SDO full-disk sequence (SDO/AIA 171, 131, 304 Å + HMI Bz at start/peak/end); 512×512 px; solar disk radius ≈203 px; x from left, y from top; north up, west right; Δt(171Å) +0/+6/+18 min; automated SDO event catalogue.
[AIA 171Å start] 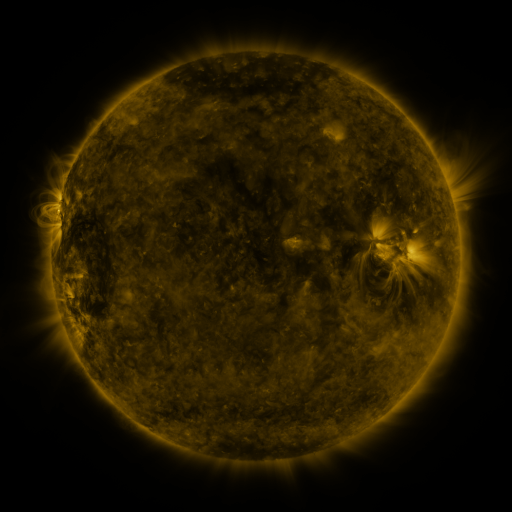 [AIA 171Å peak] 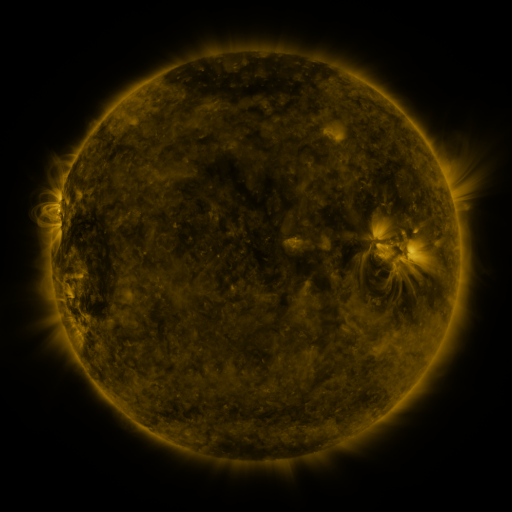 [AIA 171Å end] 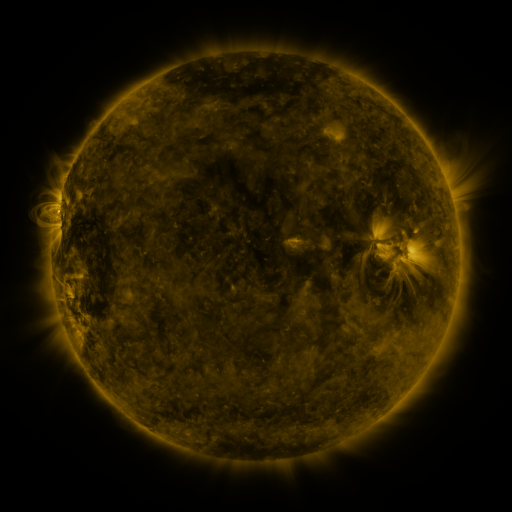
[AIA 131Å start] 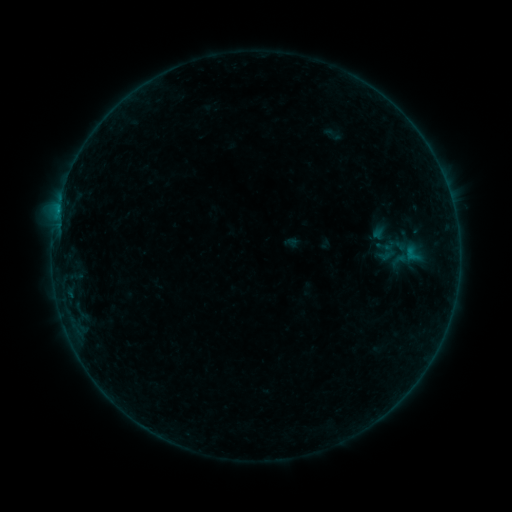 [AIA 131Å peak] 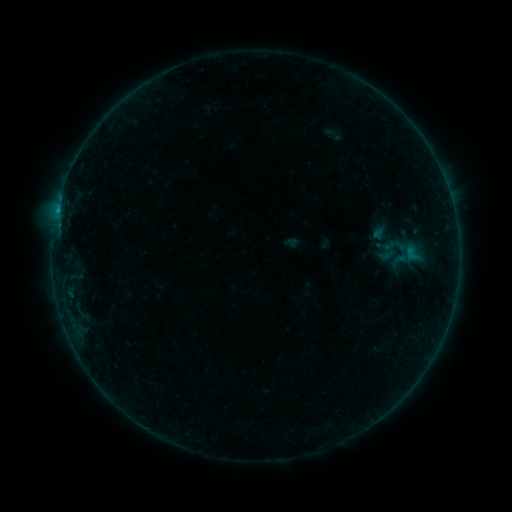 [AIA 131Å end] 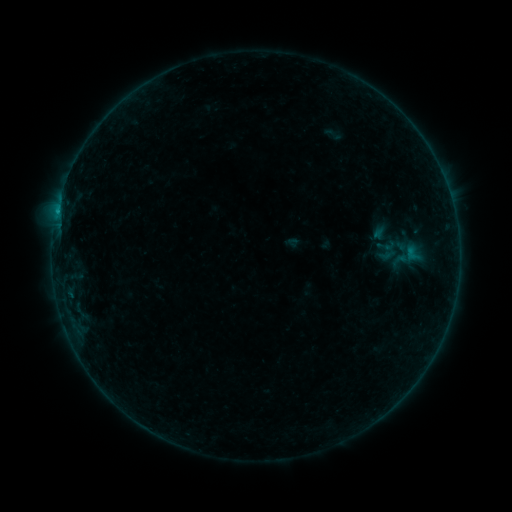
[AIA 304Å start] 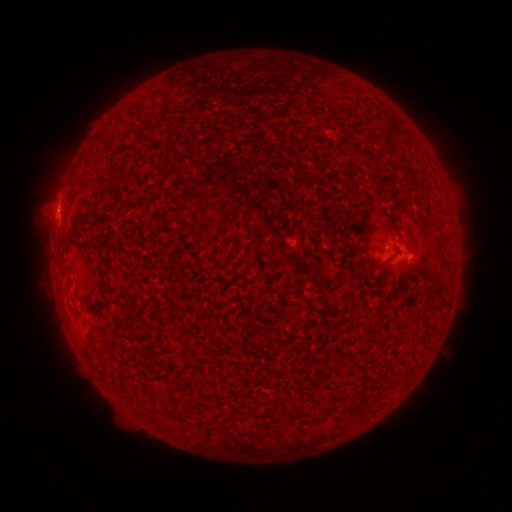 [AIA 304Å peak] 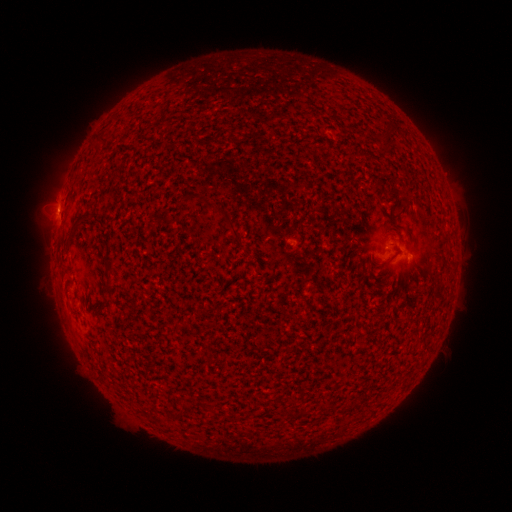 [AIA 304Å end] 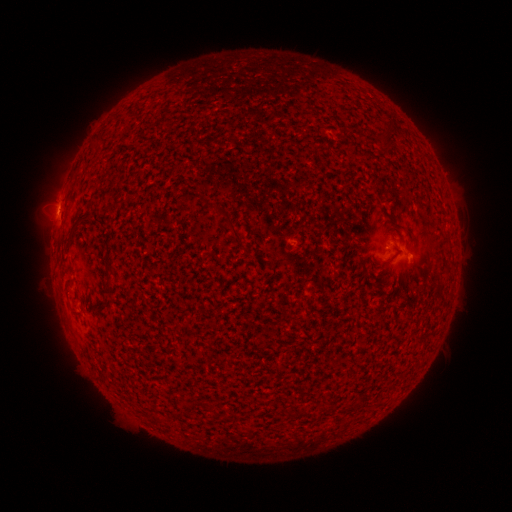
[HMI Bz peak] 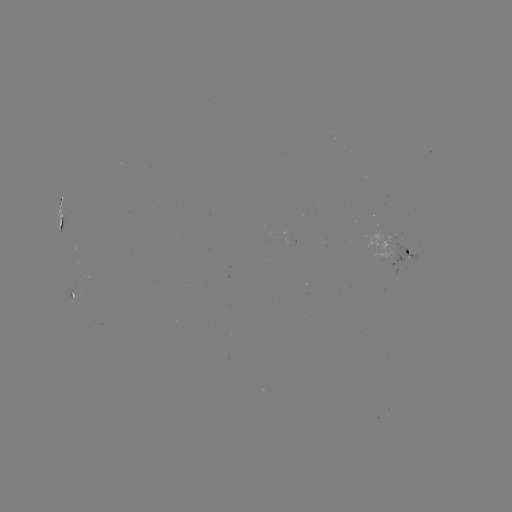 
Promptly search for B5.2 flare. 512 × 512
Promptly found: [57, 214].